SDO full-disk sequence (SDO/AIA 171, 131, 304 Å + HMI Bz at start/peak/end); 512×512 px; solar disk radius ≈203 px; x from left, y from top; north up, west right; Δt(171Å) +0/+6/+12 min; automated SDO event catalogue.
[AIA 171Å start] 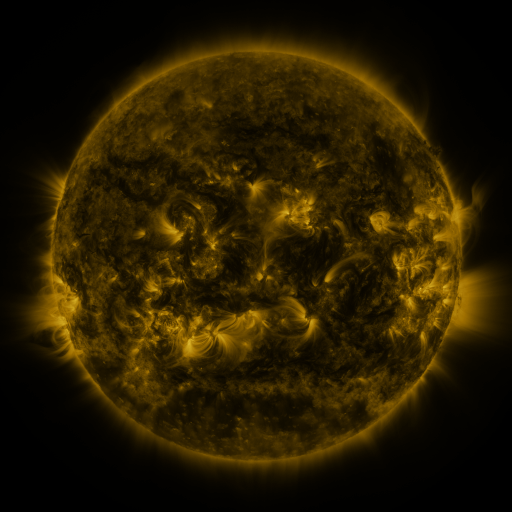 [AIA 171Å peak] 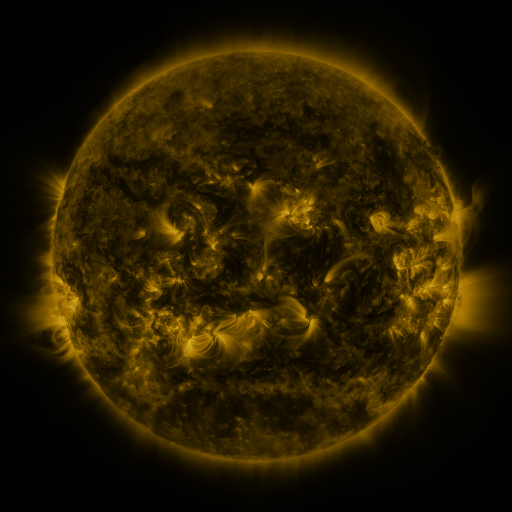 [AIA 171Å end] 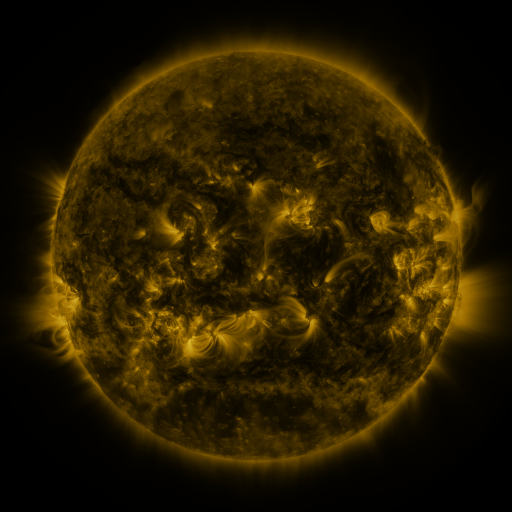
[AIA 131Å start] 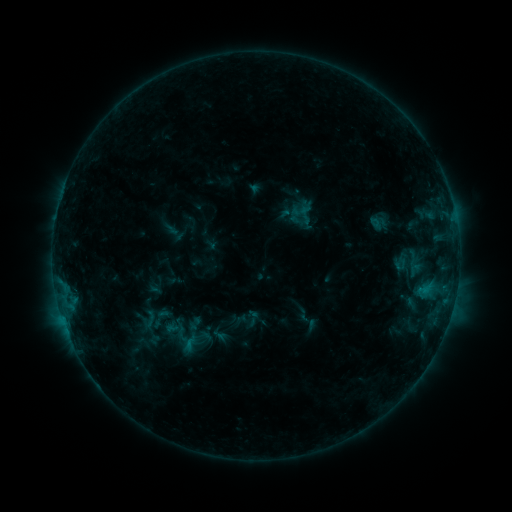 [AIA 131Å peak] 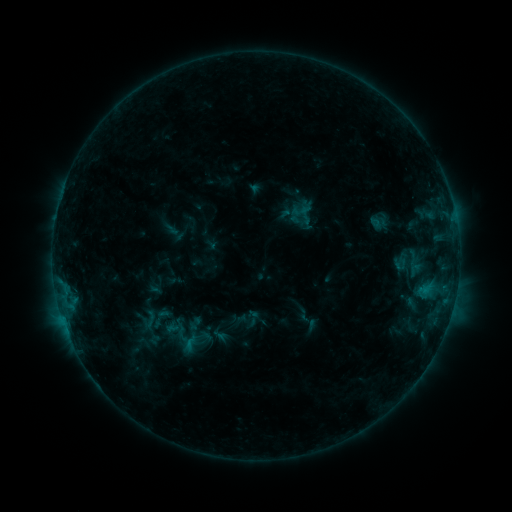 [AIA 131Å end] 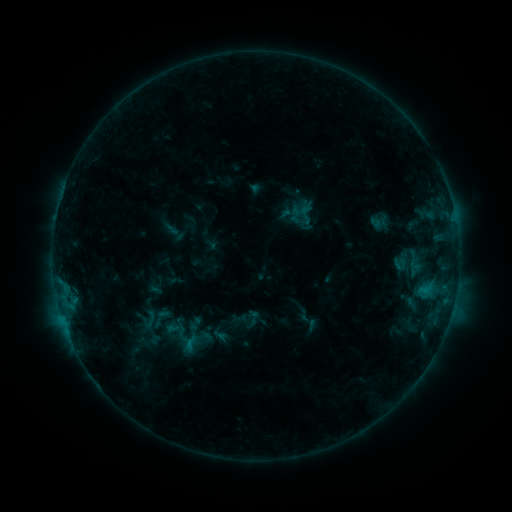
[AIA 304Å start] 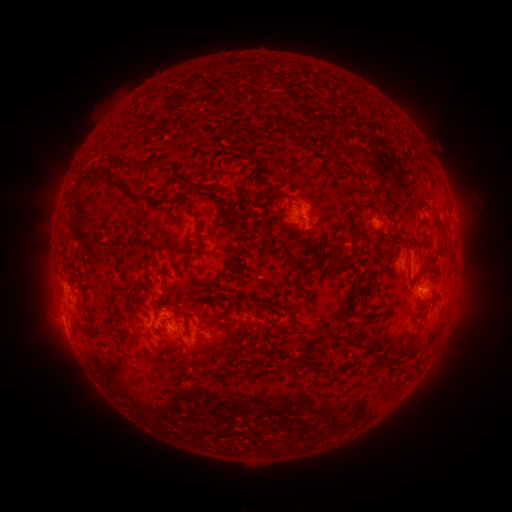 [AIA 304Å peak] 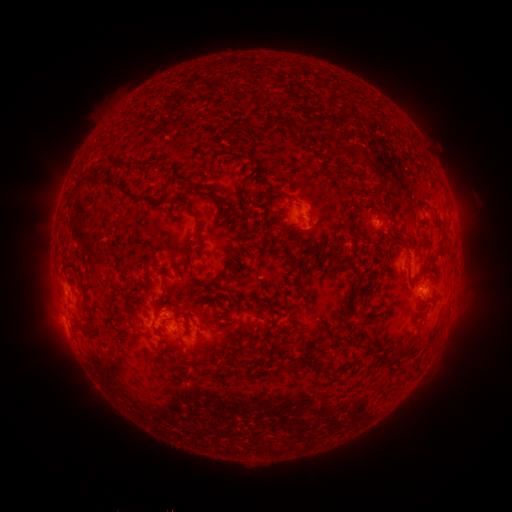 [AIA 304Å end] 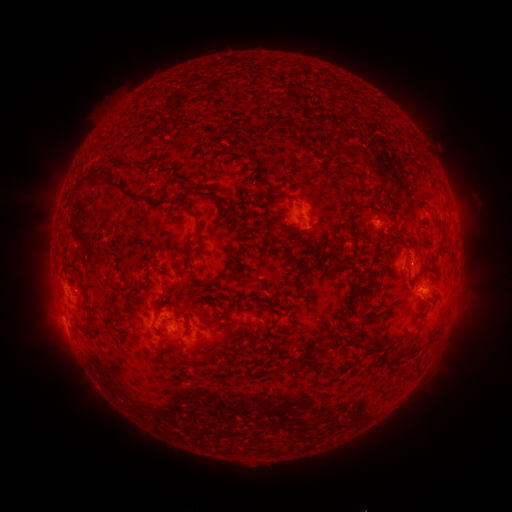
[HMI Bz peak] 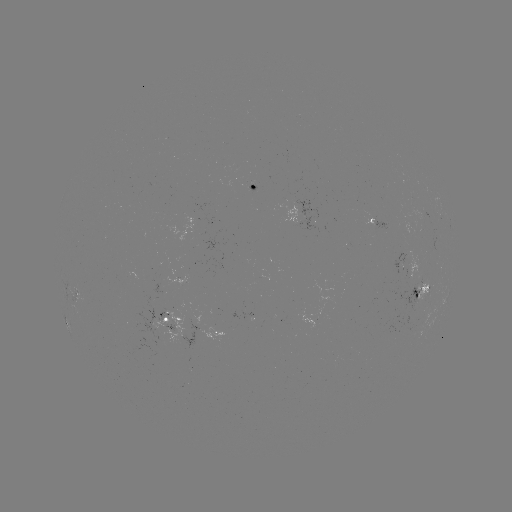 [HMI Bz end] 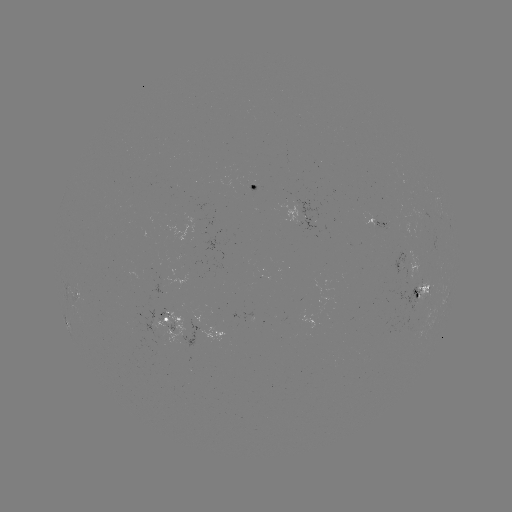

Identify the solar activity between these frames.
nothing was catalogued: no classed flare, no EUV trigger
